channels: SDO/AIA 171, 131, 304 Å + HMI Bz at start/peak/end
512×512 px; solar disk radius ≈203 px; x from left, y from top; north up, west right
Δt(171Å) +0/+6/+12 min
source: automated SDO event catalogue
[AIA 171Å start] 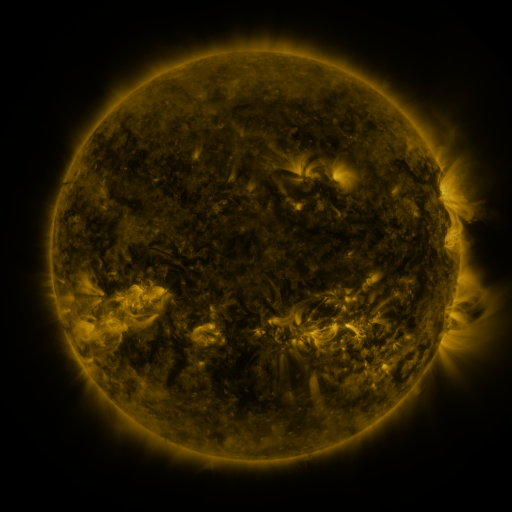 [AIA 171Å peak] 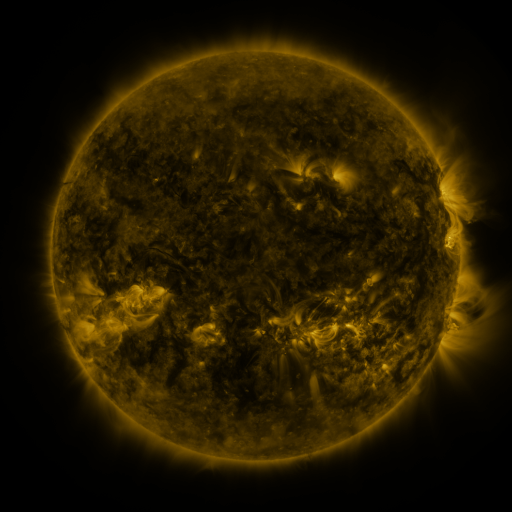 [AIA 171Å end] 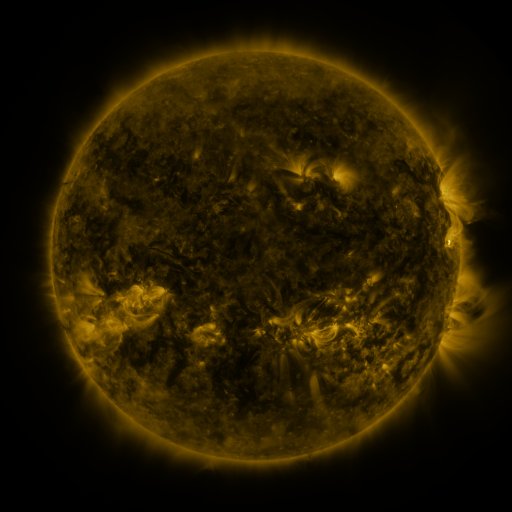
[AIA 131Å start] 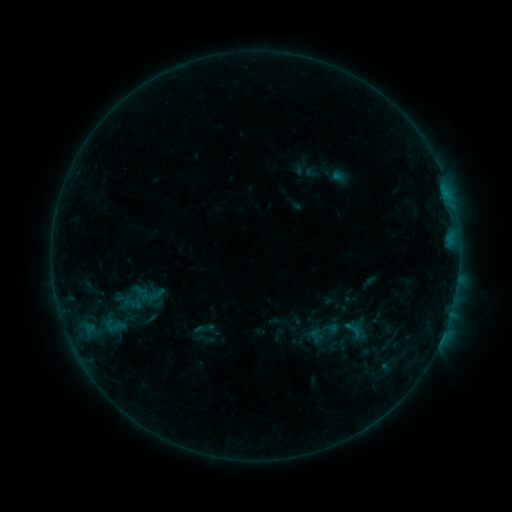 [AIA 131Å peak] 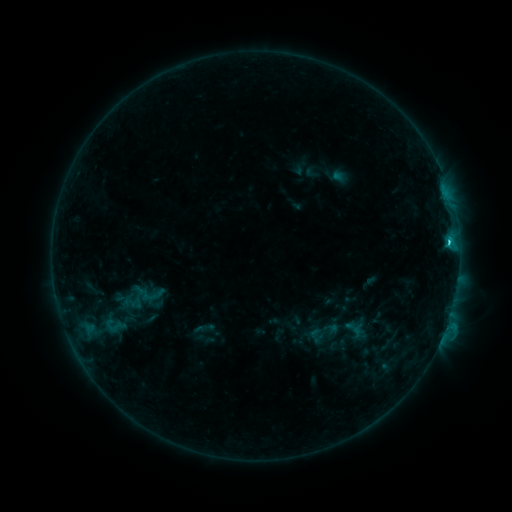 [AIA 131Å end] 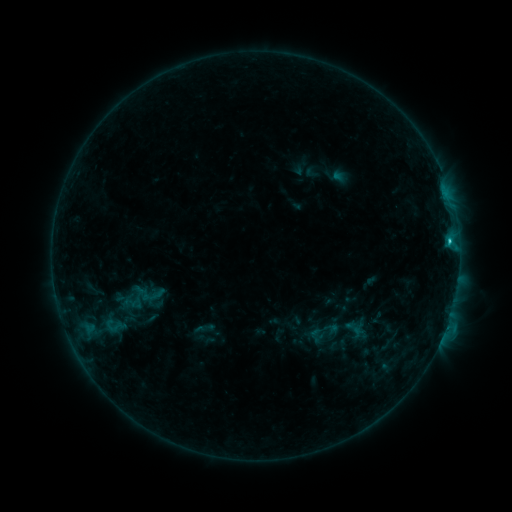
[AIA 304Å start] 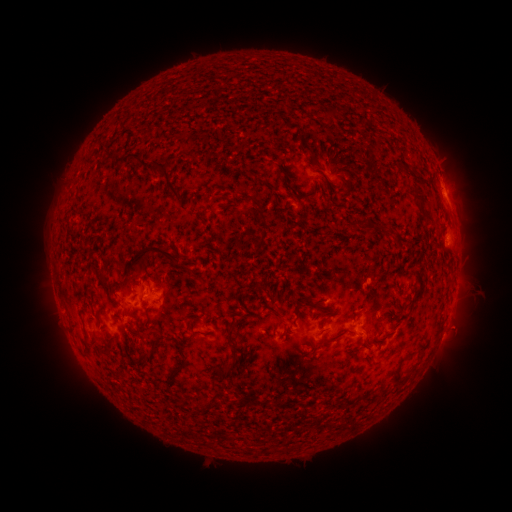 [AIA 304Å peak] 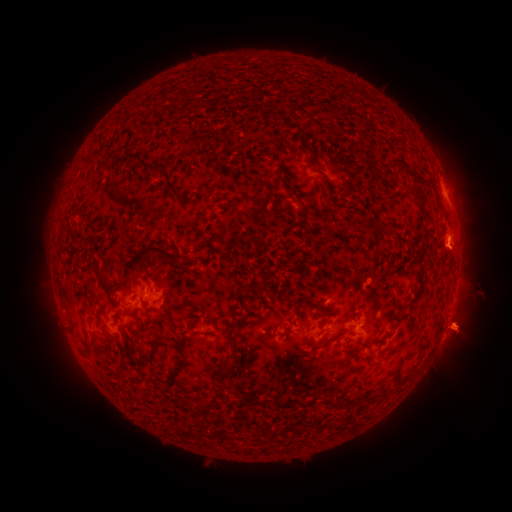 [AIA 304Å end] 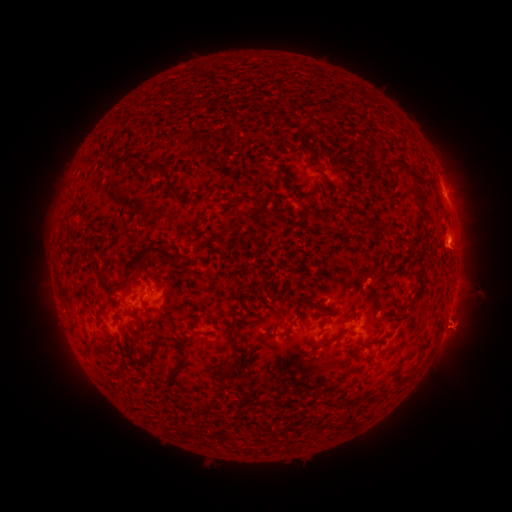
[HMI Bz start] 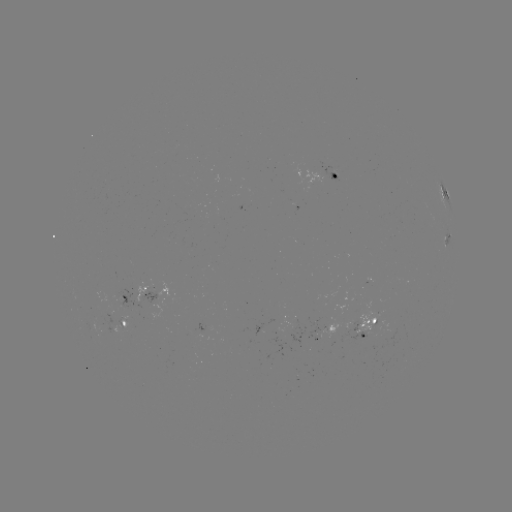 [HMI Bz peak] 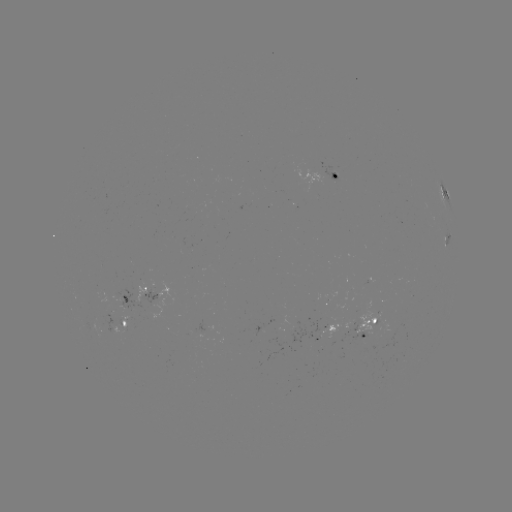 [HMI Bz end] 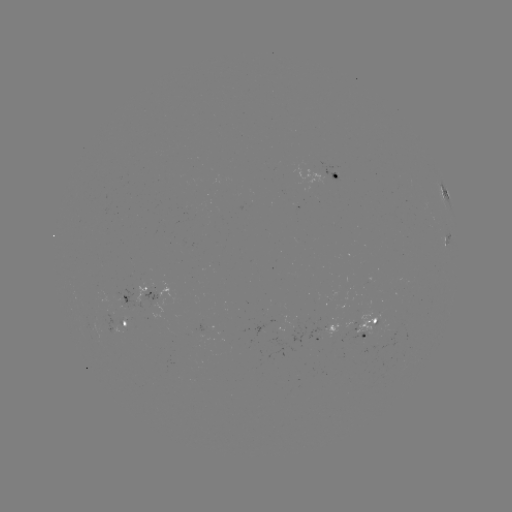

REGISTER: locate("C1.5 flare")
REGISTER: [447, 243]